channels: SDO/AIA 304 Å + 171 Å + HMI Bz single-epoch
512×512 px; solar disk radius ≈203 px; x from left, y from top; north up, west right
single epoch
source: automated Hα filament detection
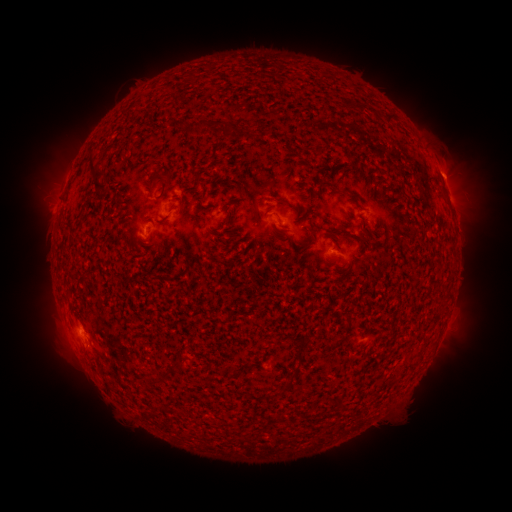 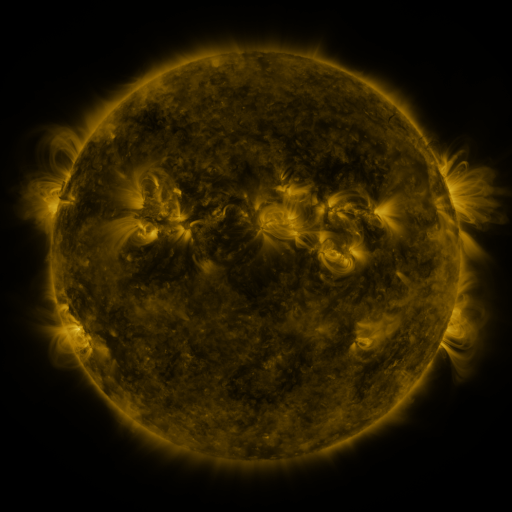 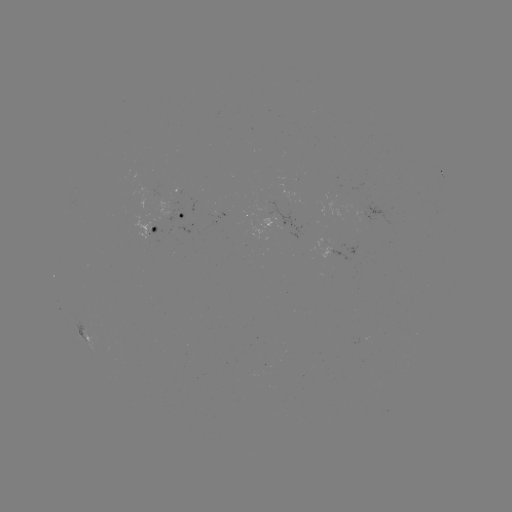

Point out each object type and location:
filament: (387, 114, 397, 124)
filament: (197, 120, 209, 130)
filament: (89, 156, 105, 177)
filament: (158, 170, 170, 183)
filament: (93, 178, 110, 193)
filament: (359, 227, 369, 236)
